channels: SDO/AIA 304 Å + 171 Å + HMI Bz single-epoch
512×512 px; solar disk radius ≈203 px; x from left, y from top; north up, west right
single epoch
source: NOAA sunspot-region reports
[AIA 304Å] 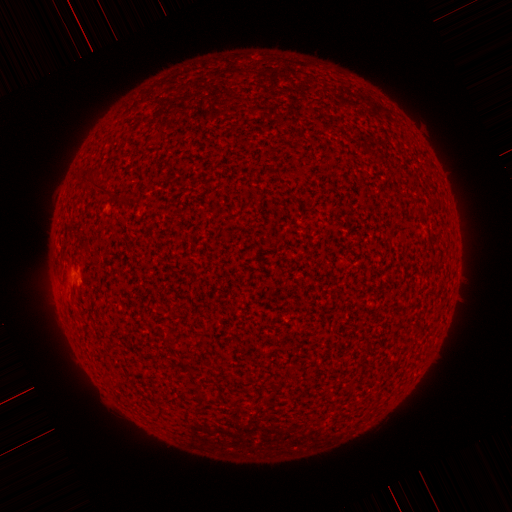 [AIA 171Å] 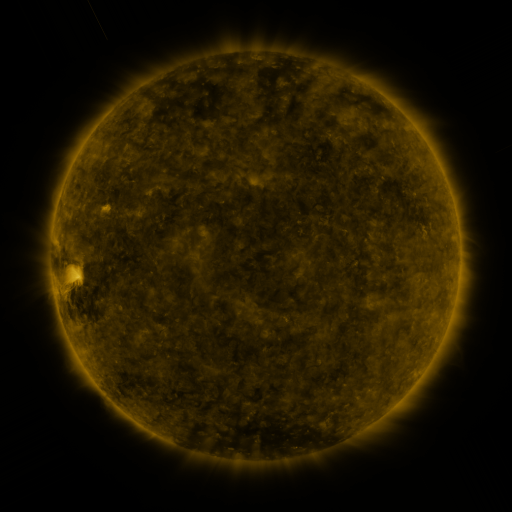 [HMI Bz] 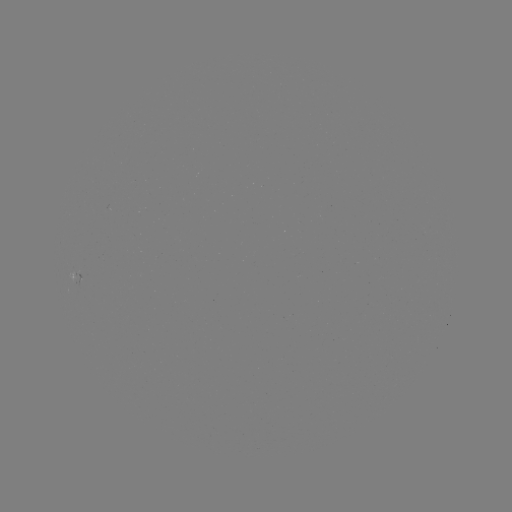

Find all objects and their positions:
(none)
